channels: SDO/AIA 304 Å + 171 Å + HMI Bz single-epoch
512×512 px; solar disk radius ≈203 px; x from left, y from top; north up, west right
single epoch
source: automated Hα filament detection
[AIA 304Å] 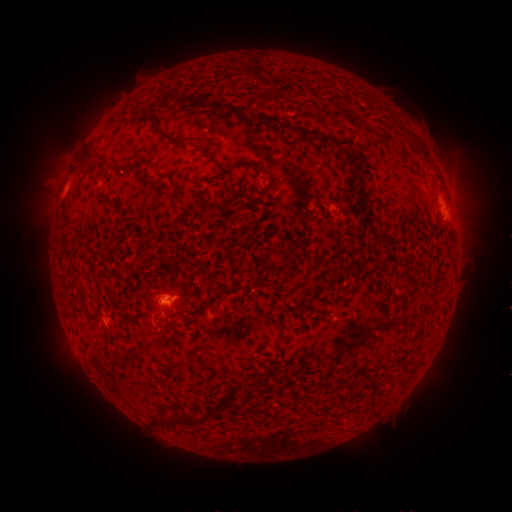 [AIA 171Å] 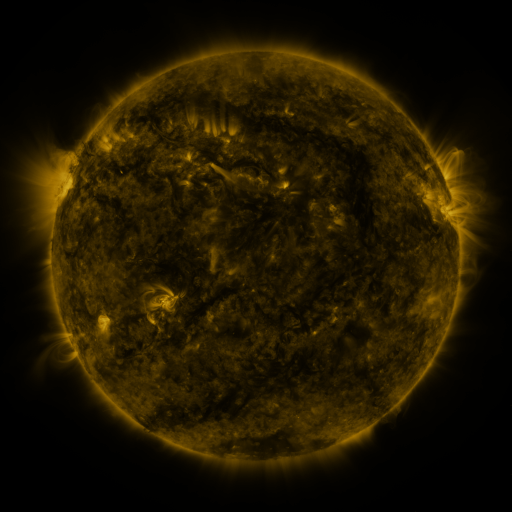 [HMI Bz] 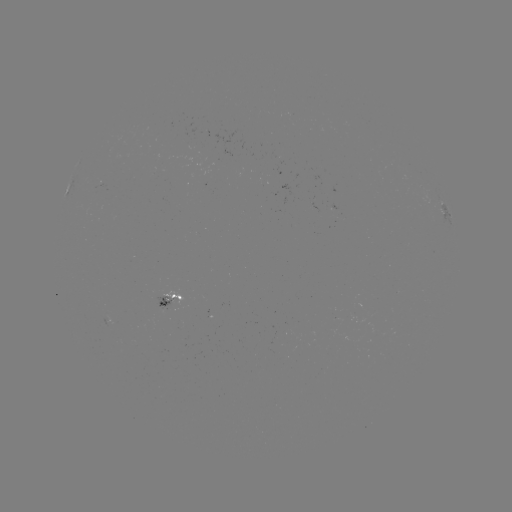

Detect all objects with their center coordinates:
filament: (179, 99)
filament: (213, 105)
filament: (275, 120)
filament: (357, 122)
filament: (163, 135)
filament: (406, 135)
filament: (323, 140)
filament: (86, 158)
filament: (242, 163)
filament: (104, 170)
filament: (262, 171)
filament: (356, 175)
filament: (224, 185)
filament: (104, 198)
filament: (363, 203)
filament: (67, 221)
filament: (383, 238)
filament: (148, 259)
filament: (298, 315)
filament: (150, 345)
filament: (174, 420)
